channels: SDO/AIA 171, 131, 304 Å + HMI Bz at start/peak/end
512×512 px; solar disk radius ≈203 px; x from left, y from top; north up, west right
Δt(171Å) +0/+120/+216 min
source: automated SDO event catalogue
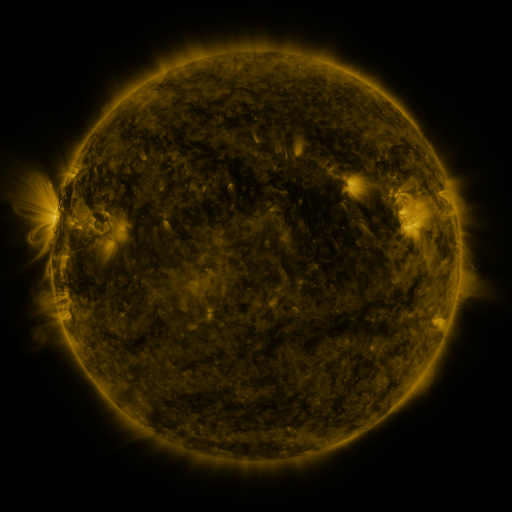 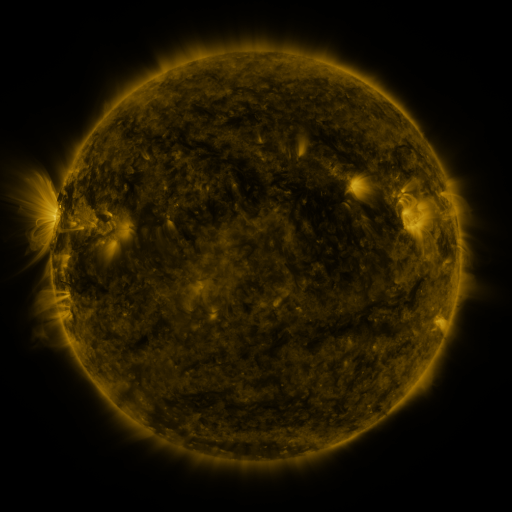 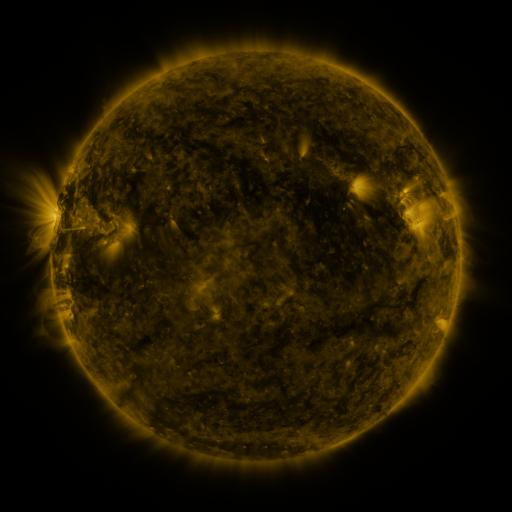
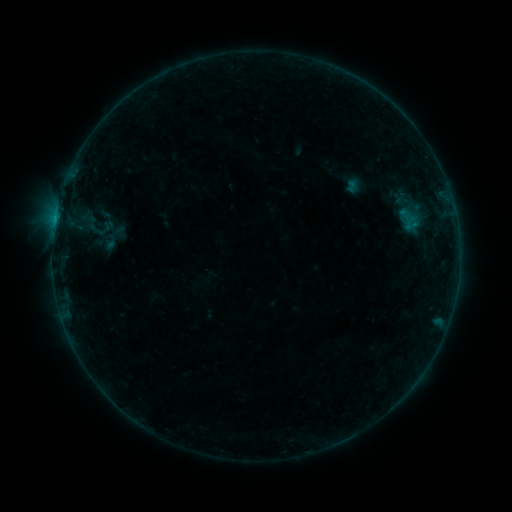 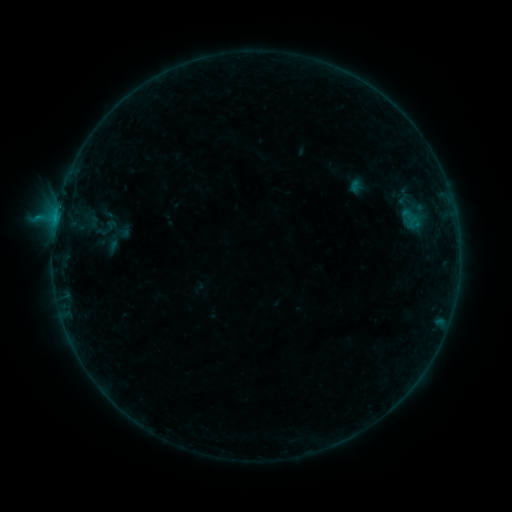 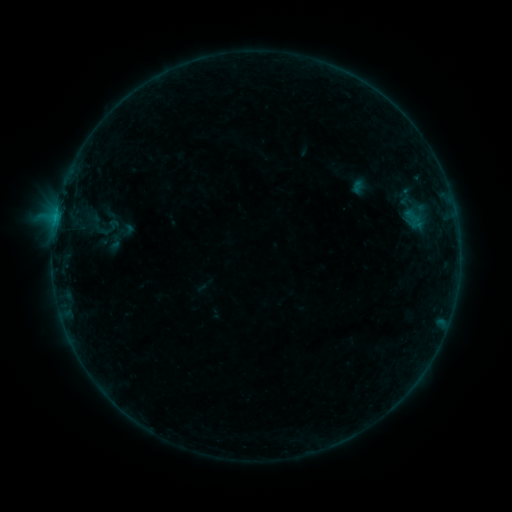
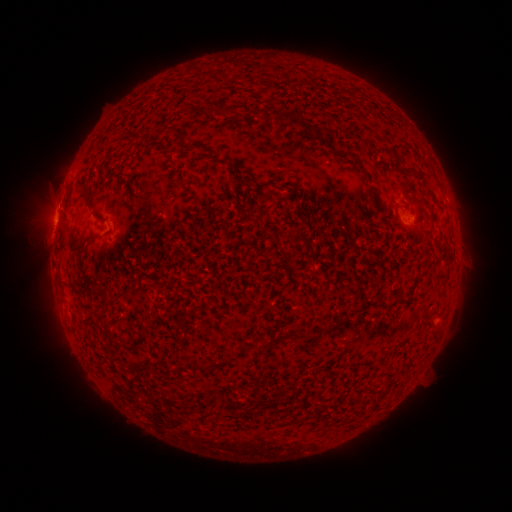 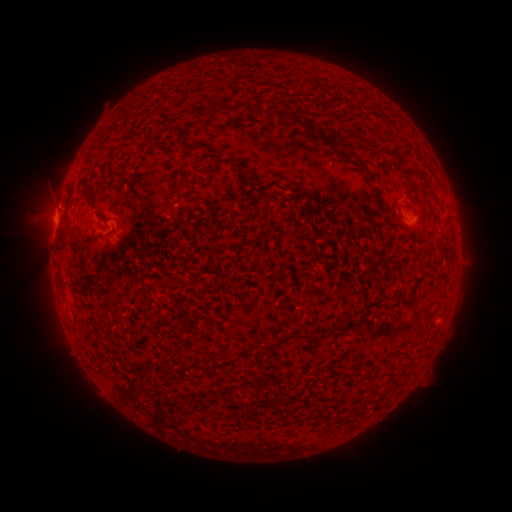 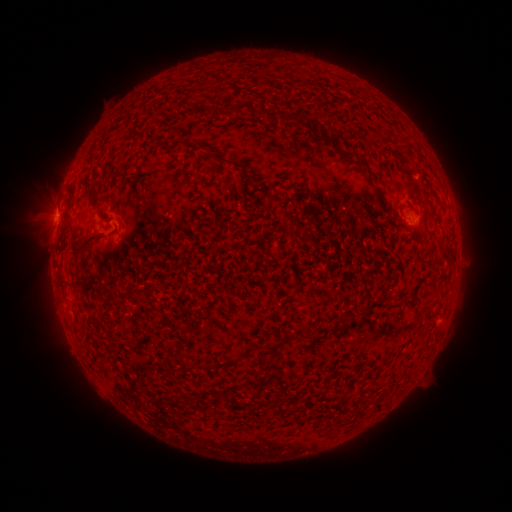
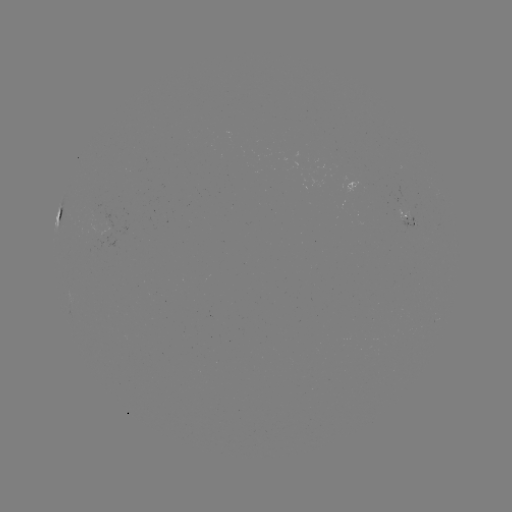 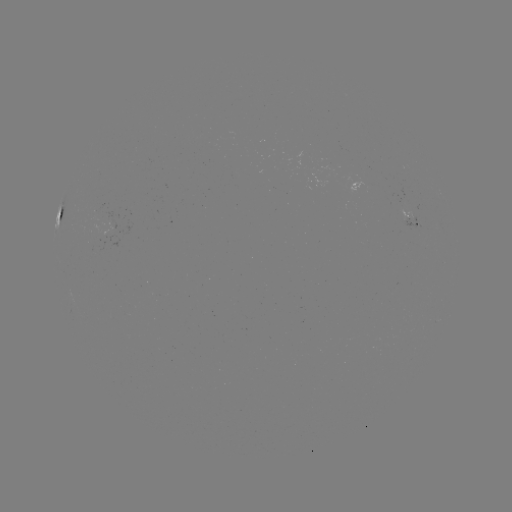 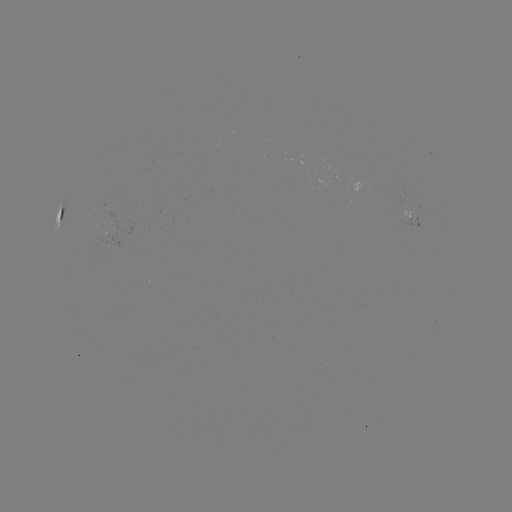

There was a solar flare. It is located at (55, 223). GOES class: B8.3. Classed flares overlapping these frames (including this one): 1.